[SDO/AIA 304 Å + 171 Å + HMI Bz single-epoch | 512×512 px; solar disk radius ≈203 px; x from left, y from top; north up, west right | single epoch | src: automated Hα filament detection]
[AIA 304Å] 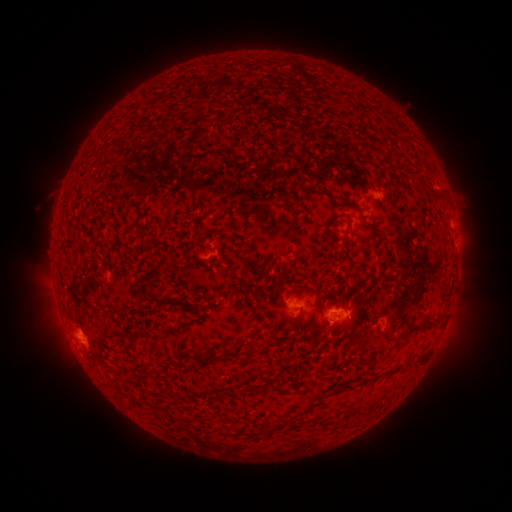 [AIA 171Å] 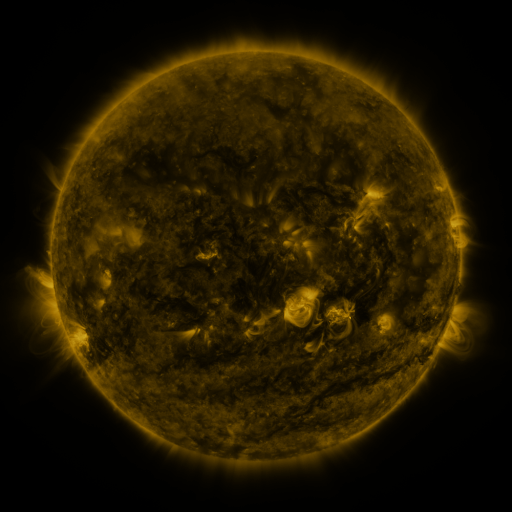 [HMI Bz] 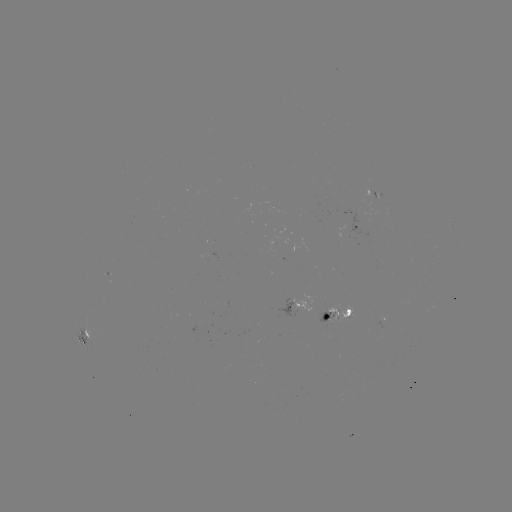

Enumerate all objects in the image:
filament: [291, 253, 303, 266]
filament: [149, 295, 186, 306]
filament: [293, 313, 302, 326]
filament: [400, 320, 430, 341]
filament: [200, 355, 212, 362]
filament: [414, 357, 424, 367]
